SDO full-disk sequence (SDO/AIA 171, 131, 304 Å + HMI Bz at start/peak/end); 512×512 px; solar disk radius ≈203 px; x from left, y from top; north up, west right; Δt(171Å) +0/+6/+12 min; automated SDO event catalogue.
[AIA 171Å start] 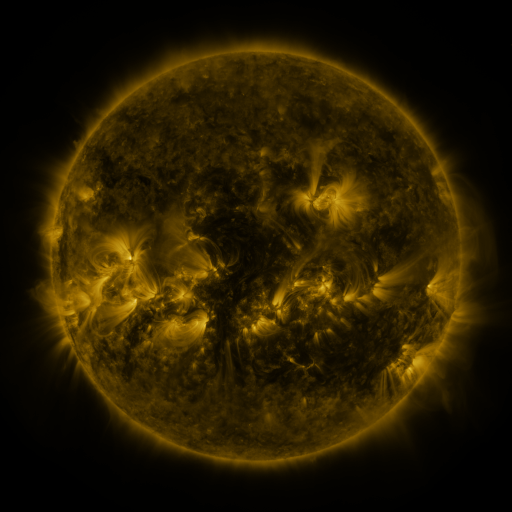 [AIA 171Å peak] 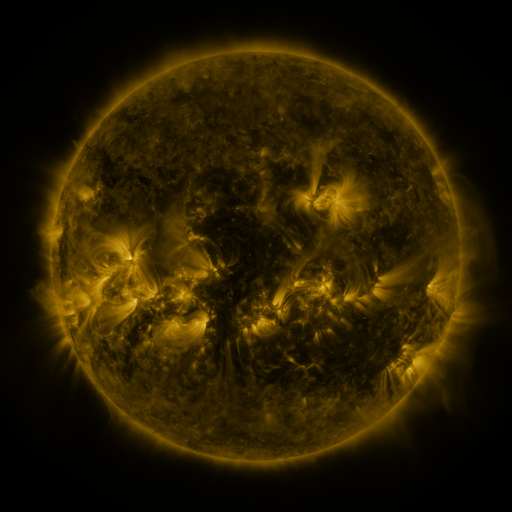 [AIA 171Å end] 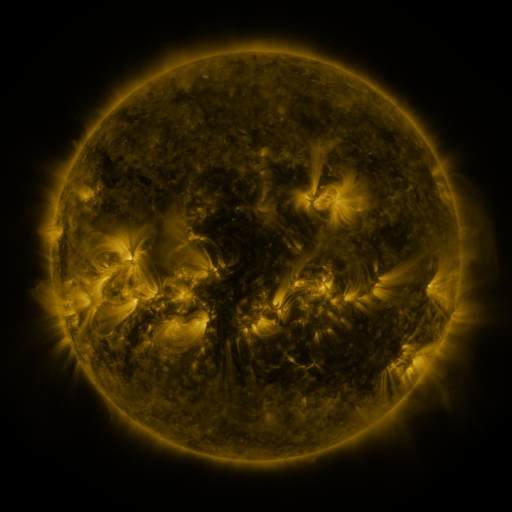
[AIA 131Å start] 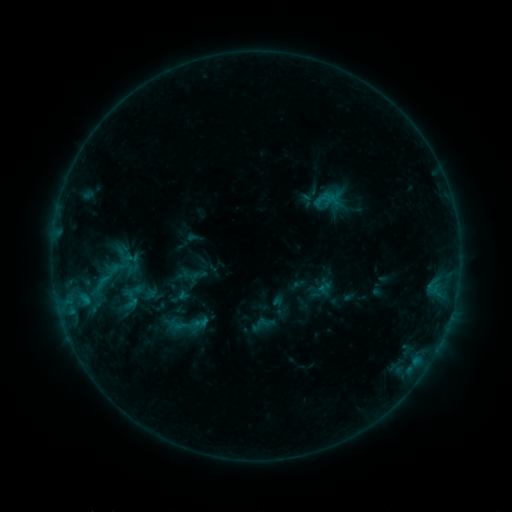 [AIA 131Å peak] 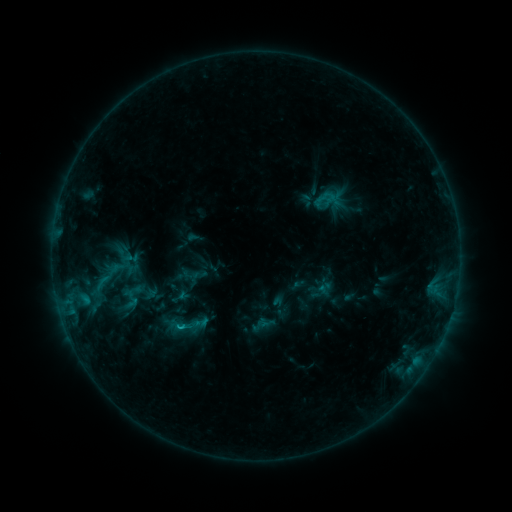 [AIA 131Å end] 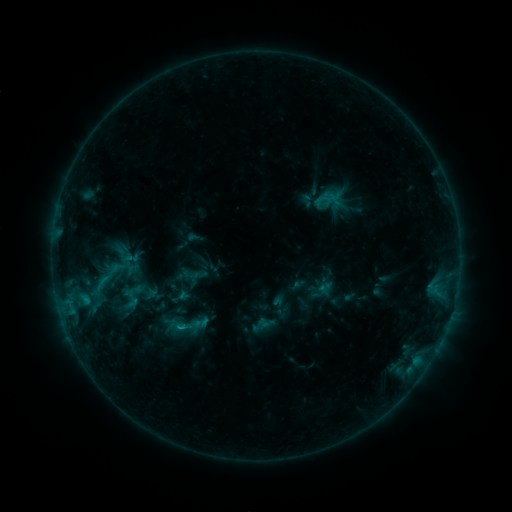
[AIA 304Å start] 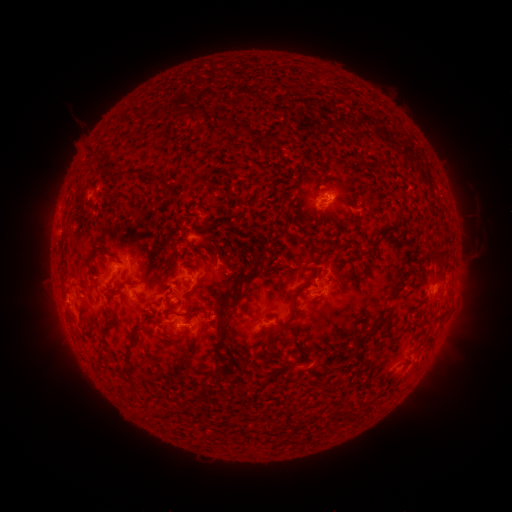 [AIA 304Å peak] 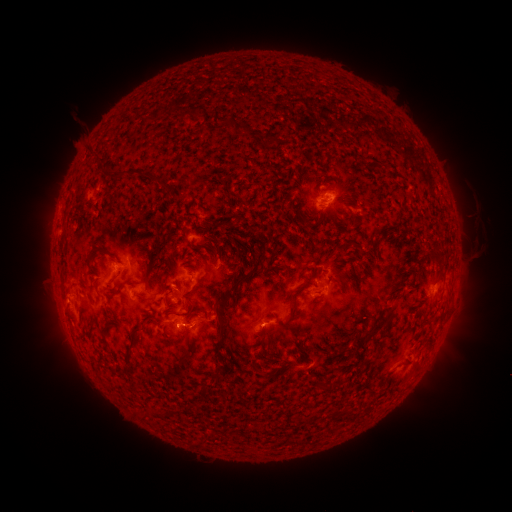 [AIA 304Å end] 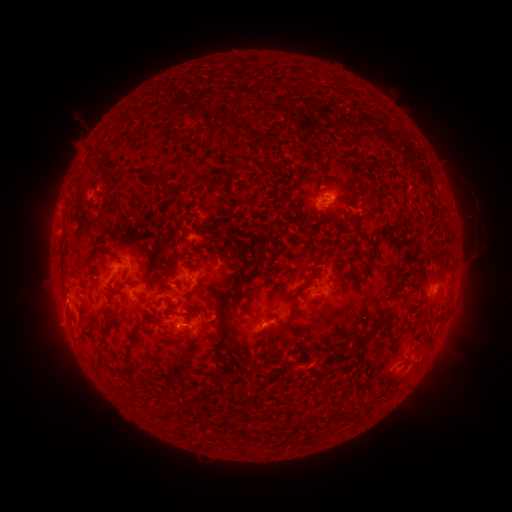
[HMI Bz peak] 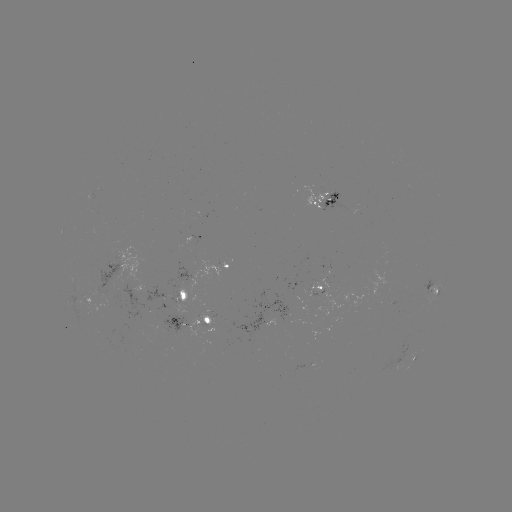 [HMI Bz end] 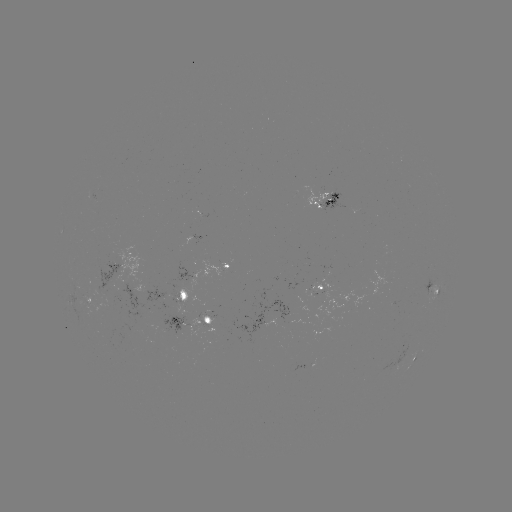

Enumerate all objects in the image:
B7.8 flare: (183, 326)
